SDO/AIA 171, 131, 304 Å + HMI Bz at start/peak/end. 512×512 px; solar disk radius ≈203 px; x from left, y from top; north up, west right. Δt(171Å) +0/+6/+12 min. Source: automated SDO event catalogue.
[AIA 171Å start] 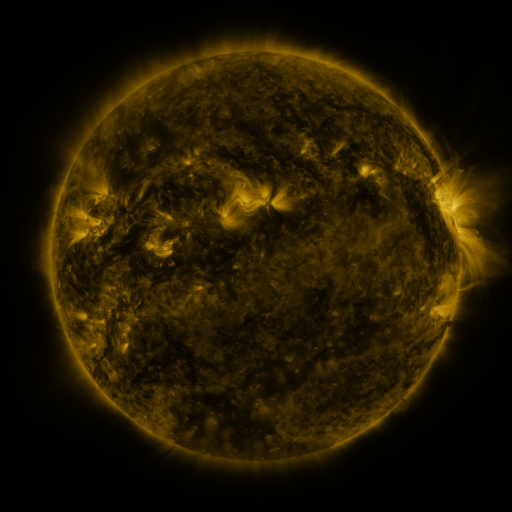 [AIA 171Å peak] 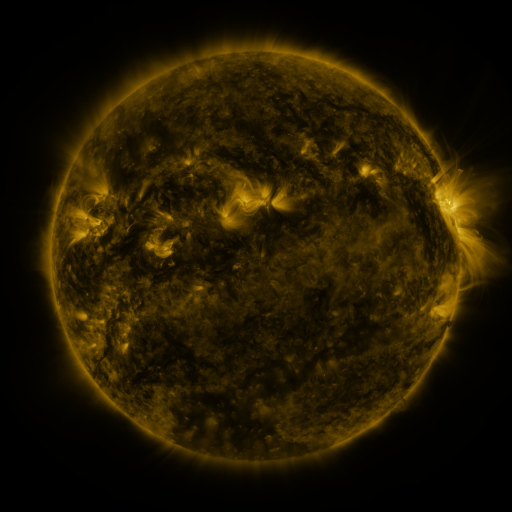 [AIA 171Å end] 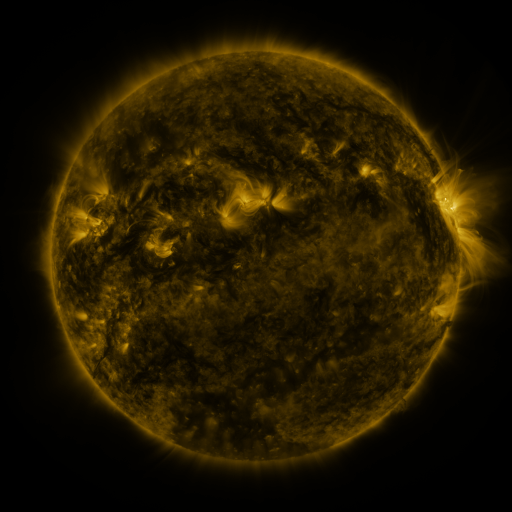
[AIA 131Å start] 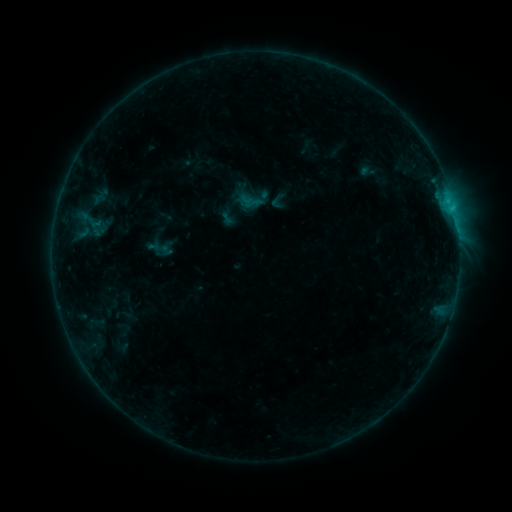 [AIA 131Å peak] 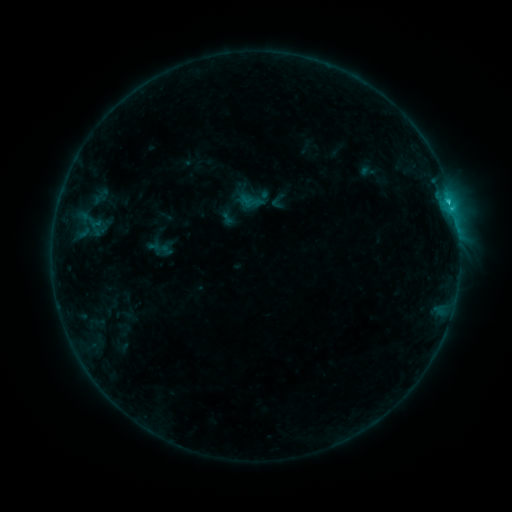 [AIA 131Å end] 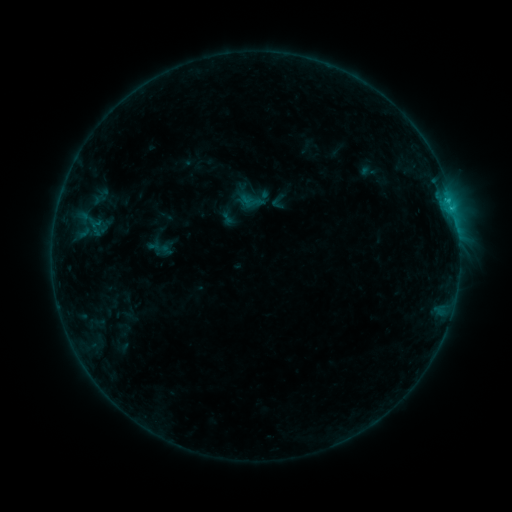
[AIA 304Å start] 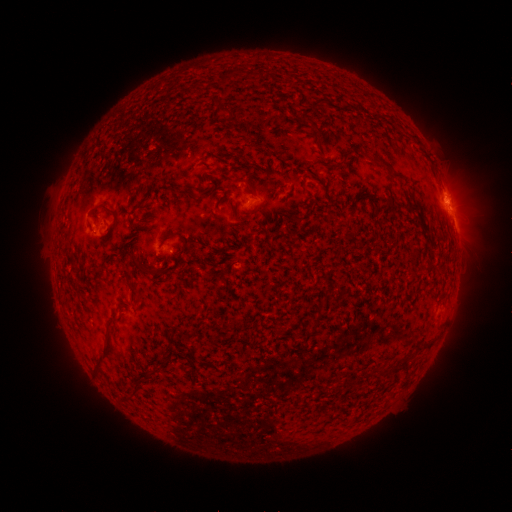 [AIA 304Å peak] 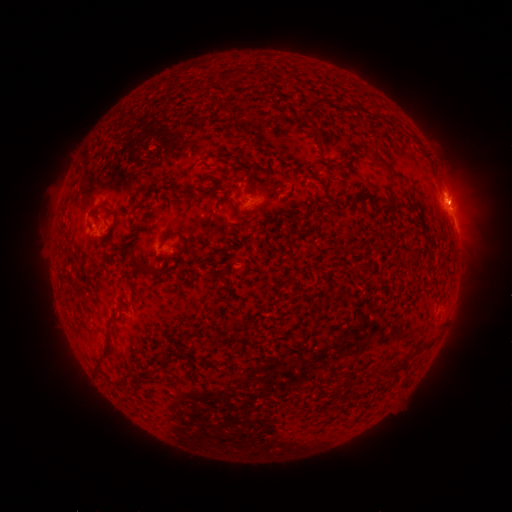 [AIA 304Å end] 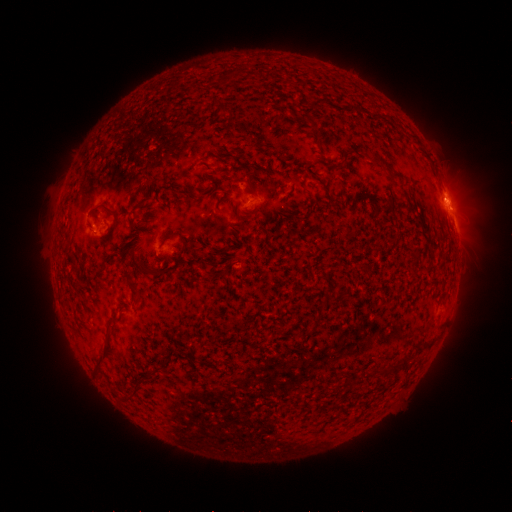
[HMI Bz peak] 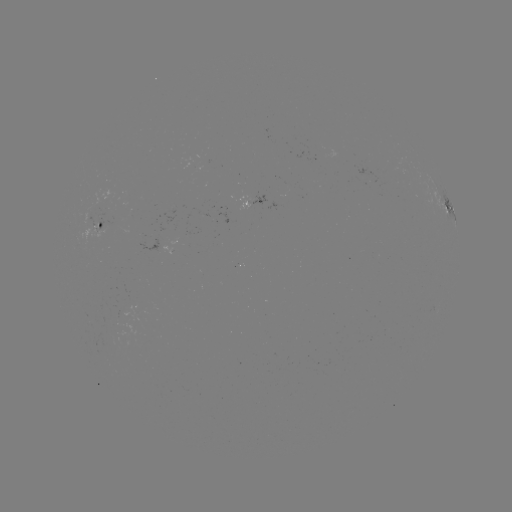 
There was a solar flare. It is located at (448, 201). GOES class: B9.8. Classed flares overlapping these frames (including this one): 1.